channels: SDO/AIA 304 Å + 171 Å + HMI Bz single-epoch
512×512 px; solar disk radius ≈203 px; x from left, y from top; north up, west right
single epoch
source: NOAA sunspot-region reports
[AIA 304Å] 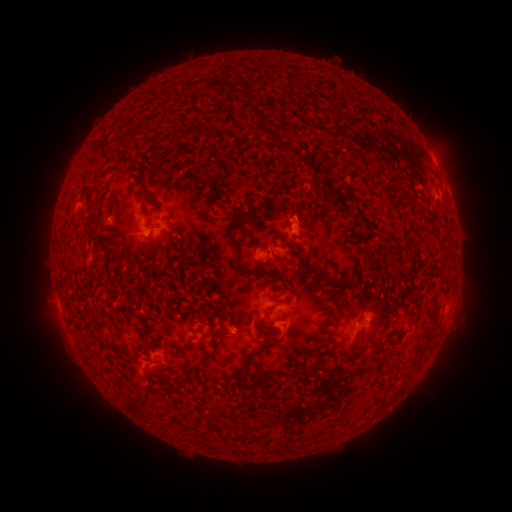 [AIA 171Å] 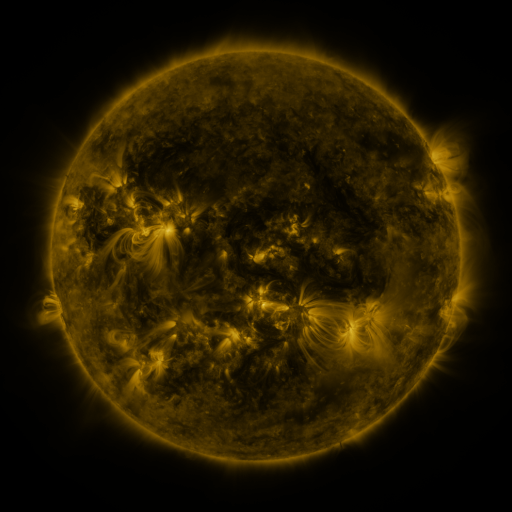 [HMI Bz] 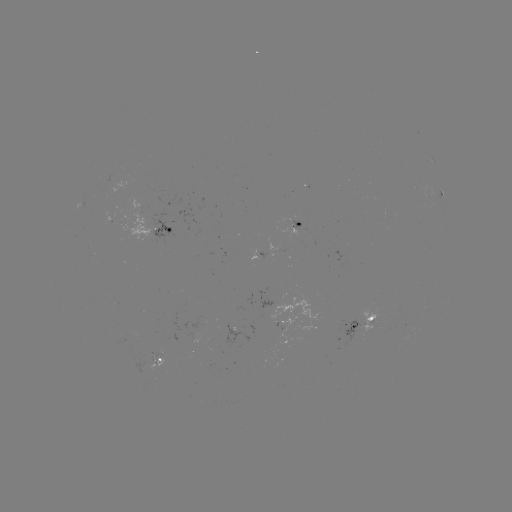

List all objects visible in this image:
spotted active region: (442, 194)
spotted active region: (297, 227)
spotted active region: (165, 228)
spotted active region: (259, 252)
spotted active region: (449, 302)
spotted active region: (360, 322)
spotted active region: (158, 358)
